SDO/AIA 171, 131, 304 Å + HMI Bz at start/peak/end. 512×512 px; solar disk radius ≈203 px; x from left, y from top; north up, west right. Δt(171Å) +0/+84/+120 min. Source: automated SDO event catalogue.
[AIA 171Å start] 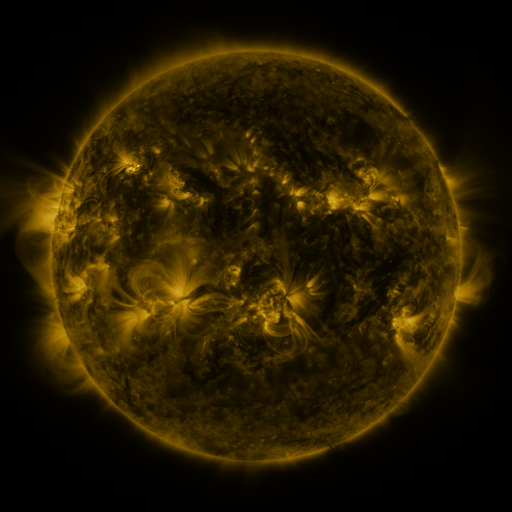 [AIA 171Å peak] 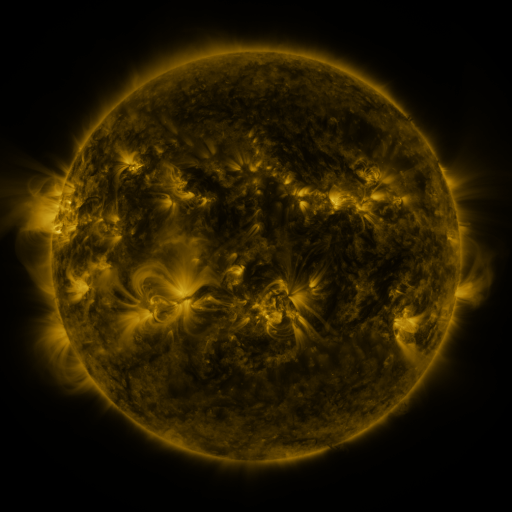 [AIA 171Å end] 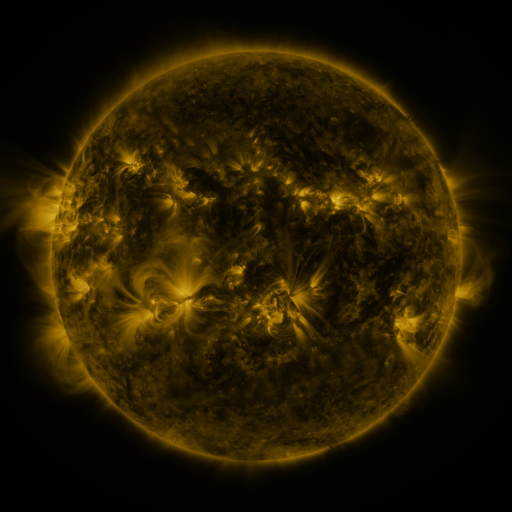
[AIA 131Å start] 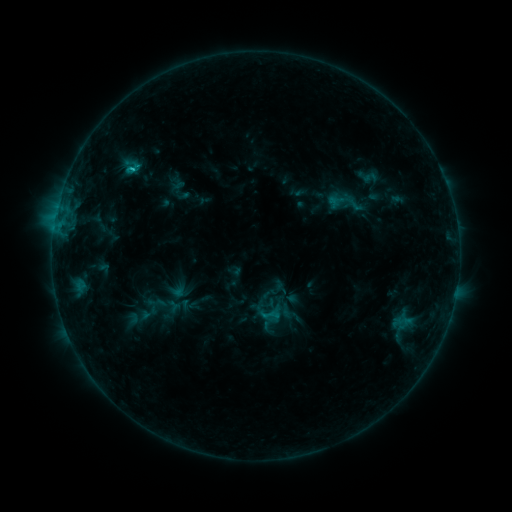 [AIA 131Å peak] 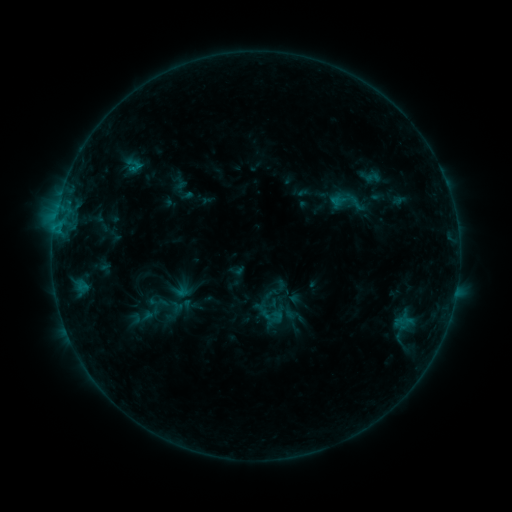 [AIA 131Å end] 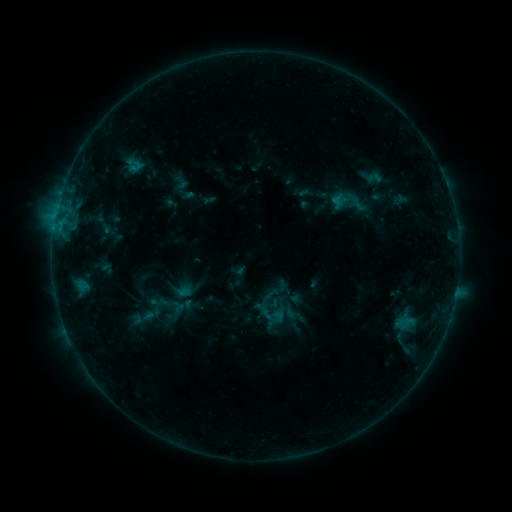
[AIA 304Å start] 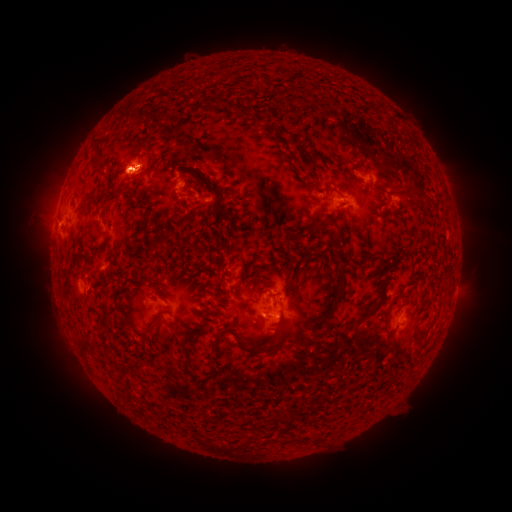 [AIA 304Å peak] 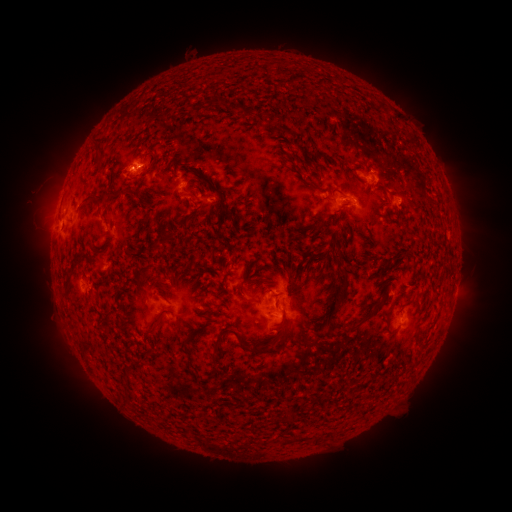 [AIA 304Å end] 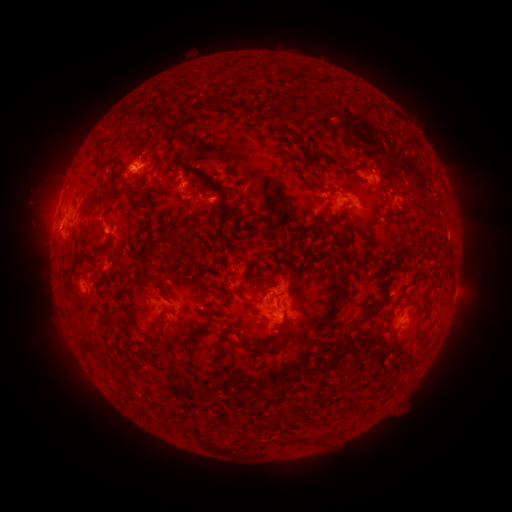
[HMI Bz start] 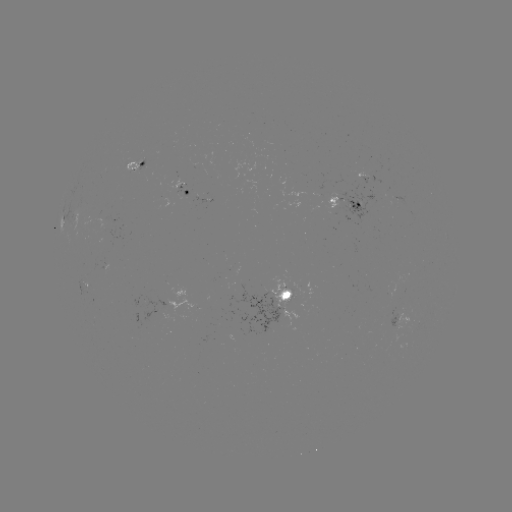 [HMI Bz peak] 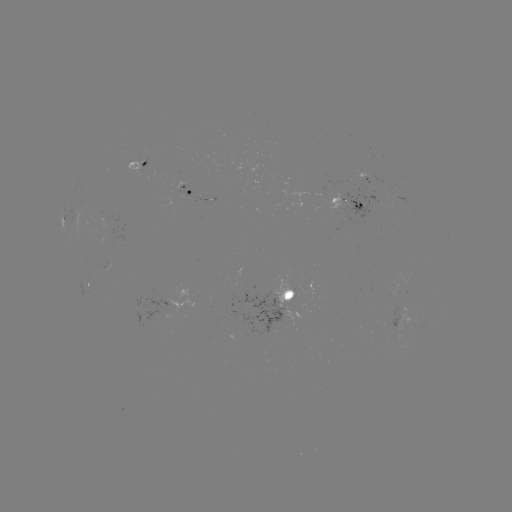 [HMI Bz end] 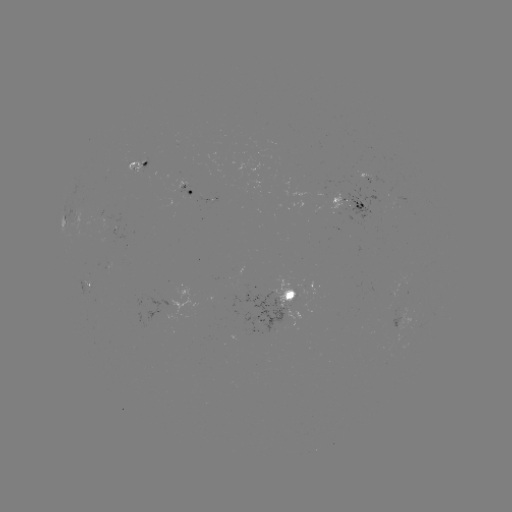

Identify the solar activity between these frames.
emerging-flux region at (134, 168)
